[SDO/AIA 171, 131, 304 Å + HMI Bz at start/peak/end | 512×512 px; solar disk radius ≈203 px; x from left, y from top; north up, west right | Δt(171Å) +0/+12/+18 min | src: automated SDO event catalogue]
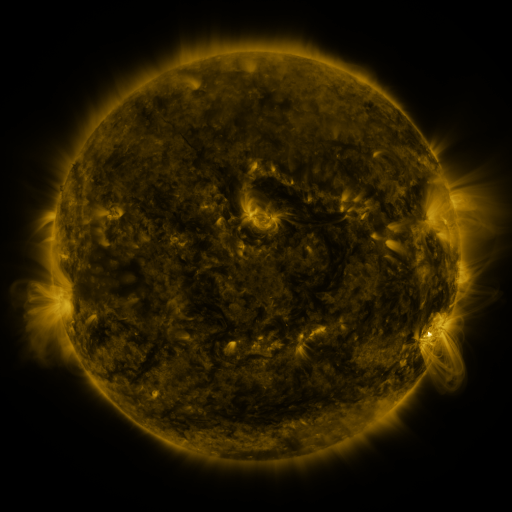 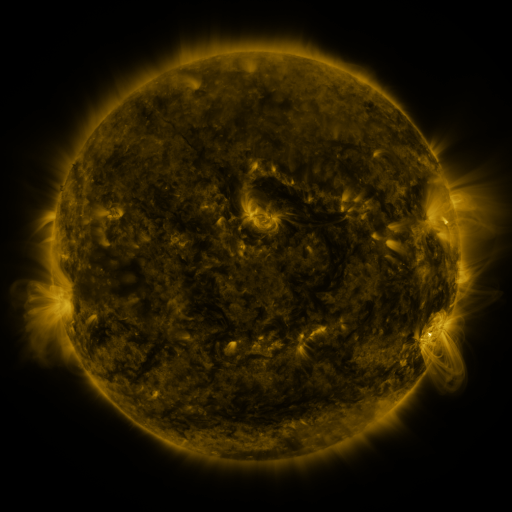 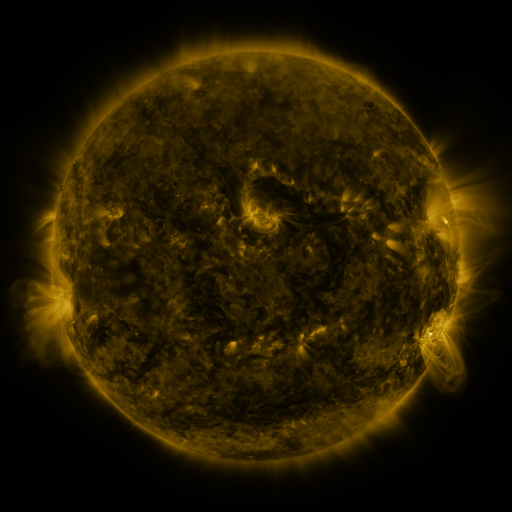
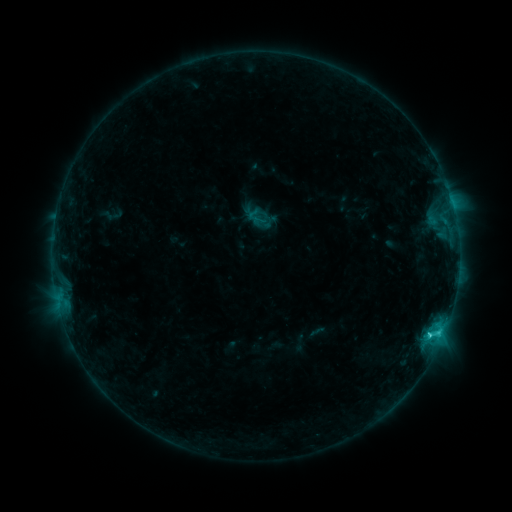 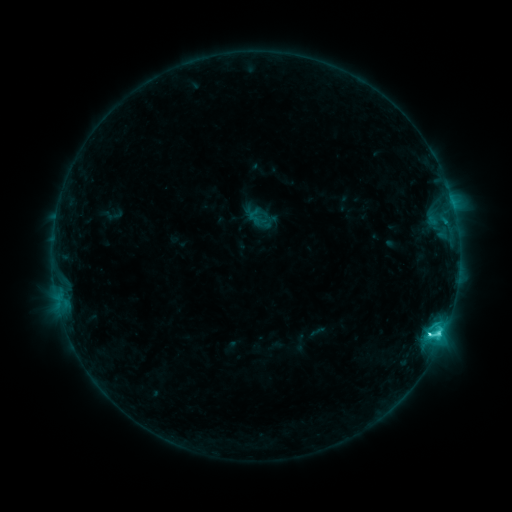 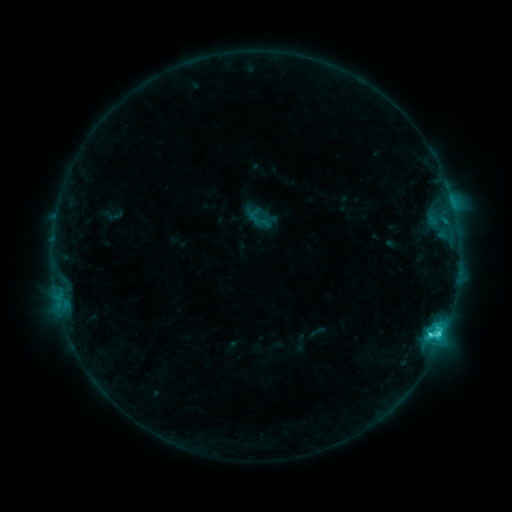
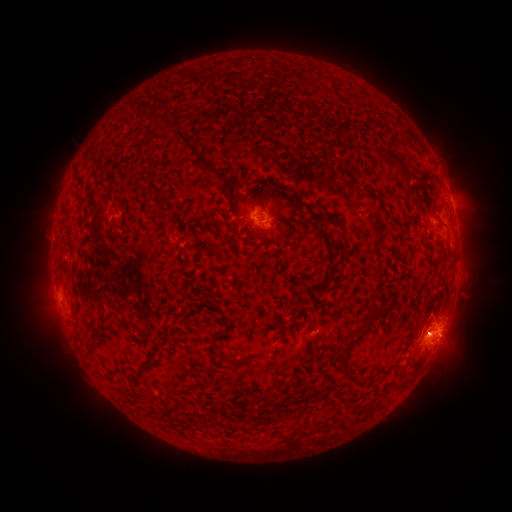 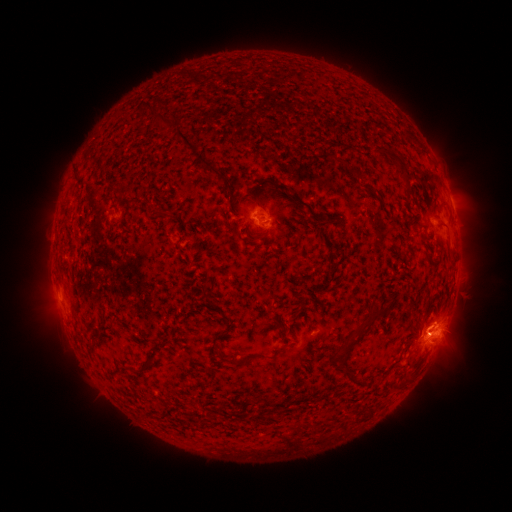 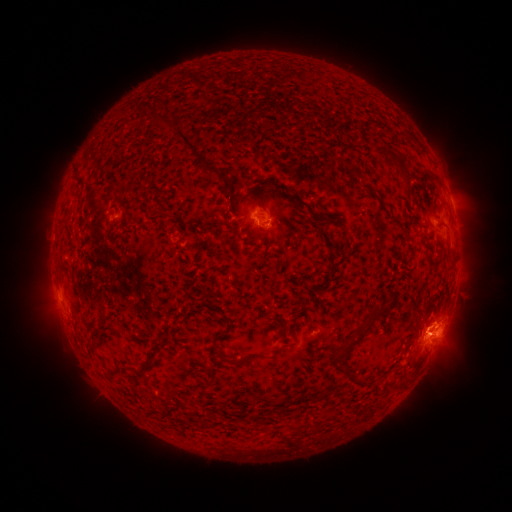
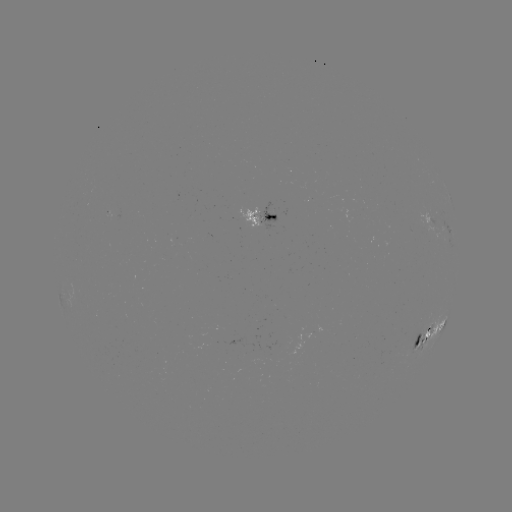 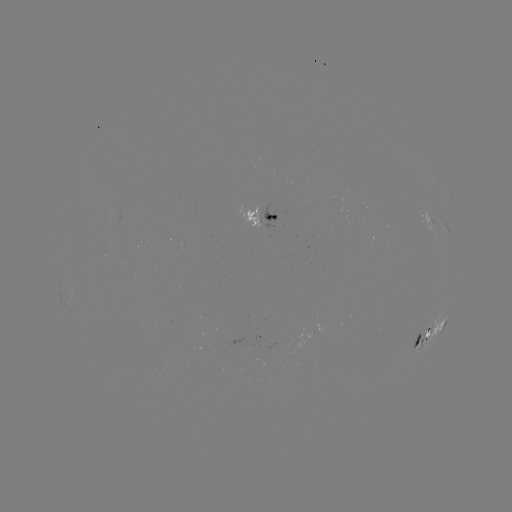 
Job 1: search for C3.7 flare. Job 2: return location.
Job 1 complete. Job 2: [430, 331].